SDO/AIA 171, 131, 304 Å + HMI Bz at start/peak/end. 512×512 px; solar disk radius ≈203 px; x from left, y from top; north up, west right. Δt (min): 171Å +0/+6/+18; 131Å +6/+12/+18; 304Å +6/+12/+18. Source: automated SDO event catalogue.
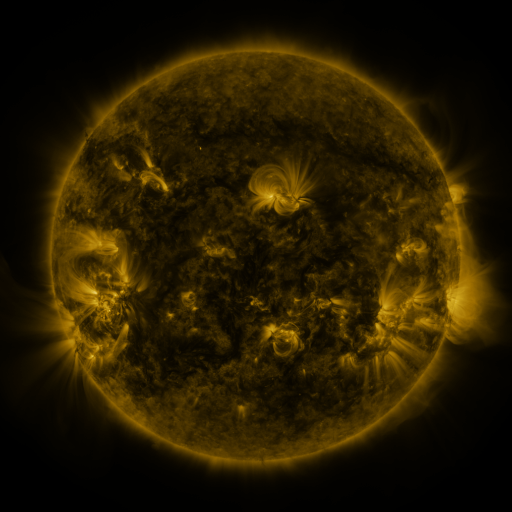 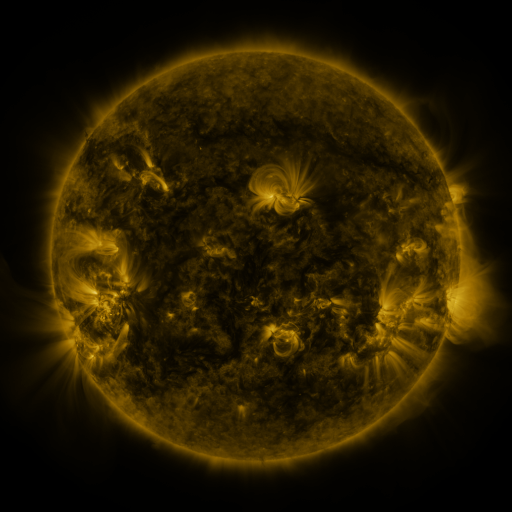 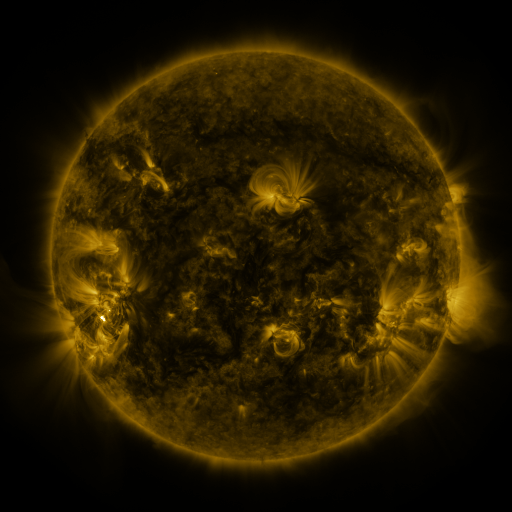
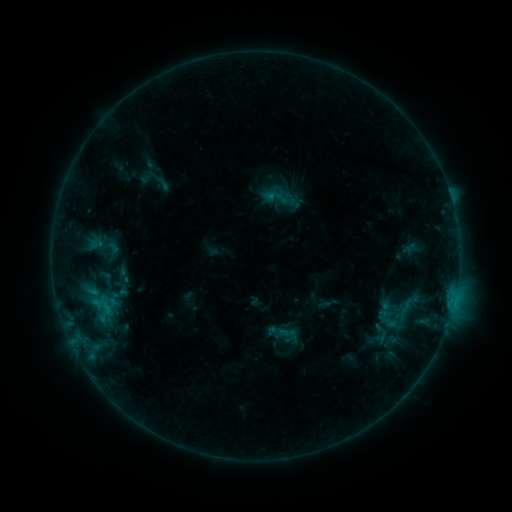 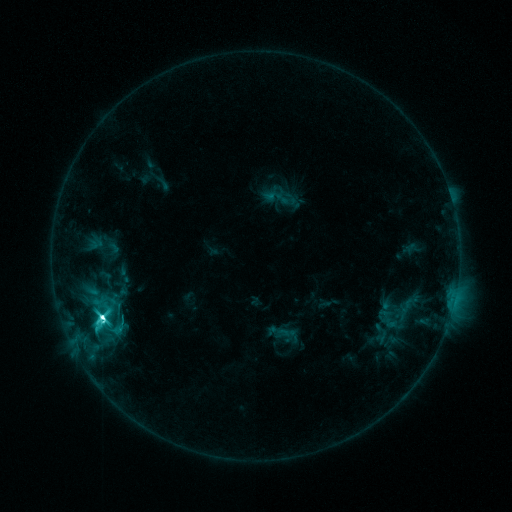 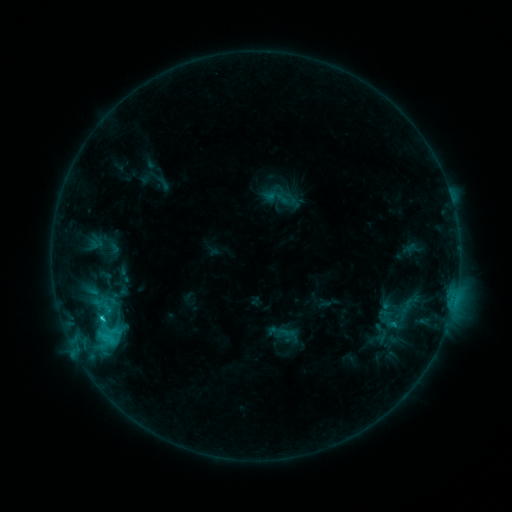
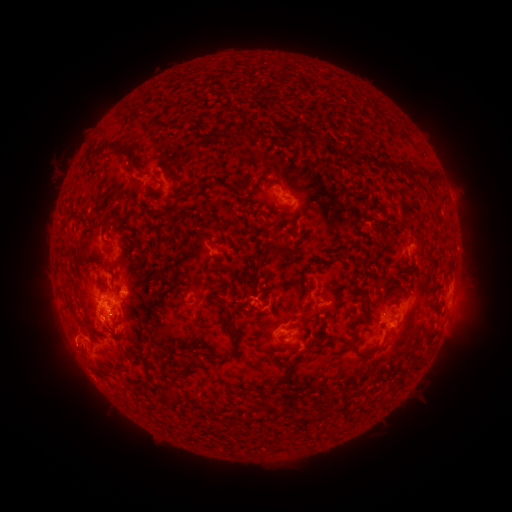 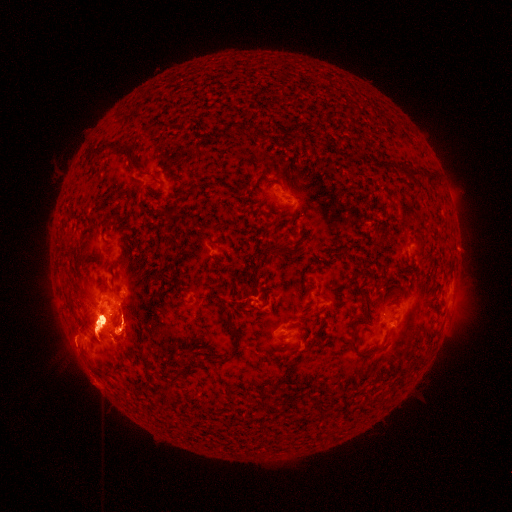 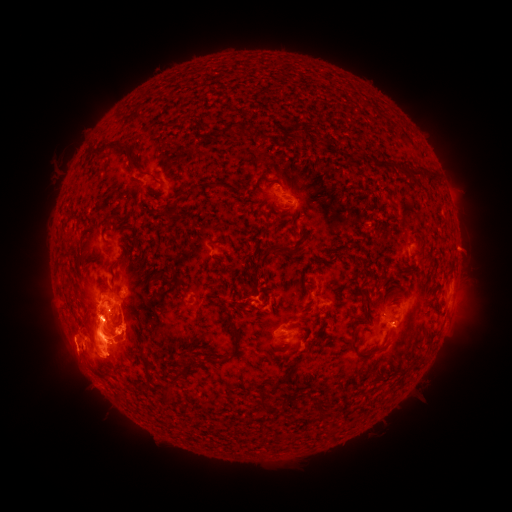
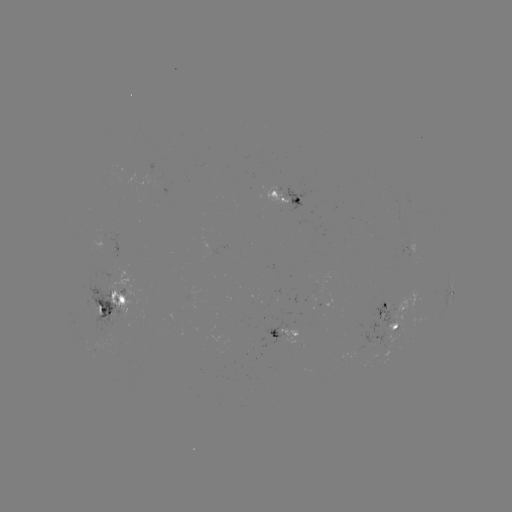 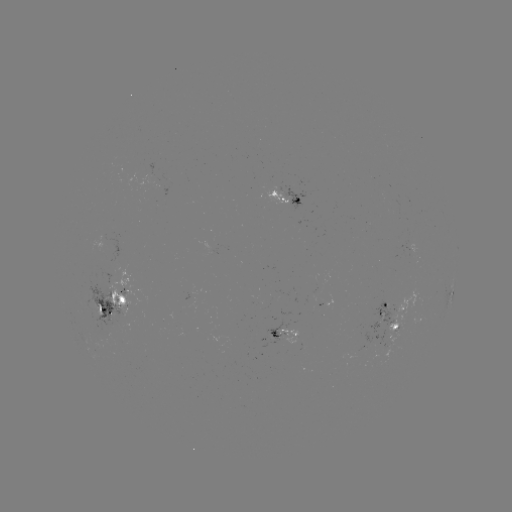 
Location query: M2.5 flare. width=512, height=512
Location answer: [103, 320].